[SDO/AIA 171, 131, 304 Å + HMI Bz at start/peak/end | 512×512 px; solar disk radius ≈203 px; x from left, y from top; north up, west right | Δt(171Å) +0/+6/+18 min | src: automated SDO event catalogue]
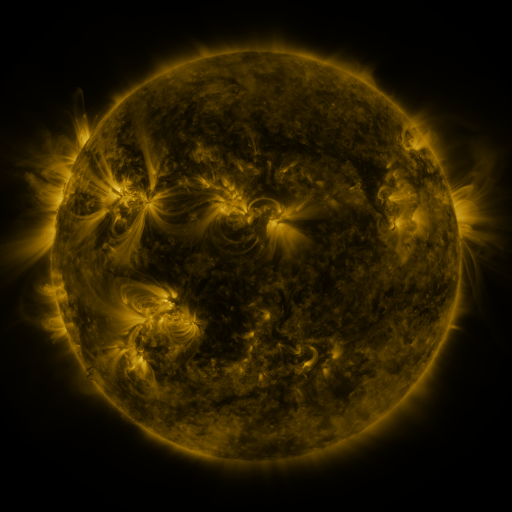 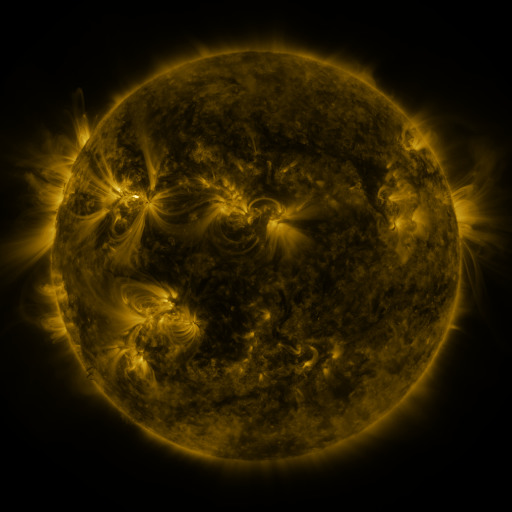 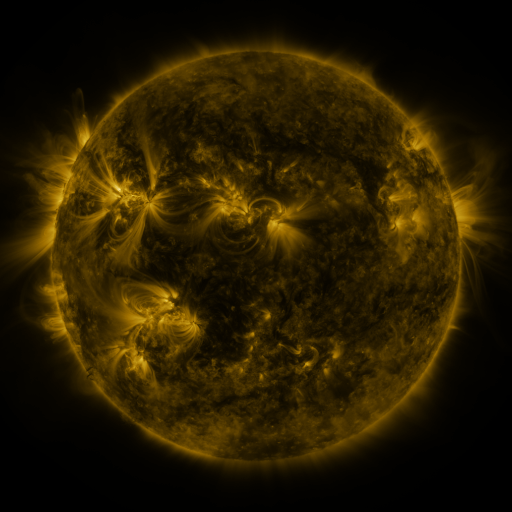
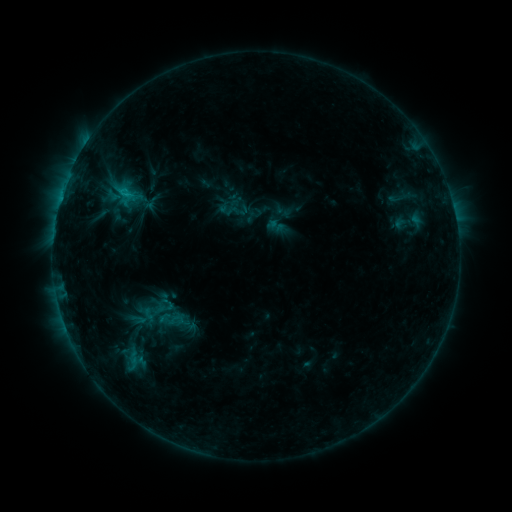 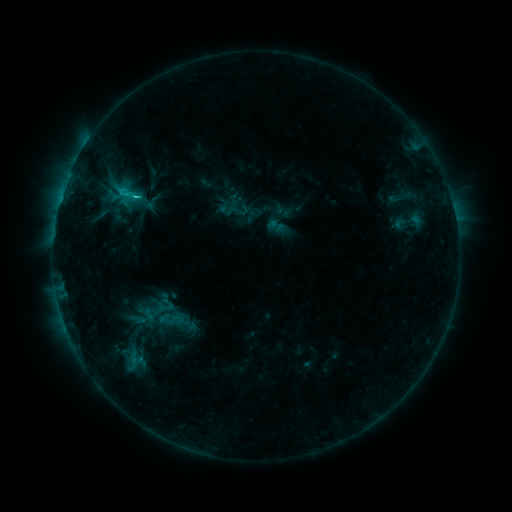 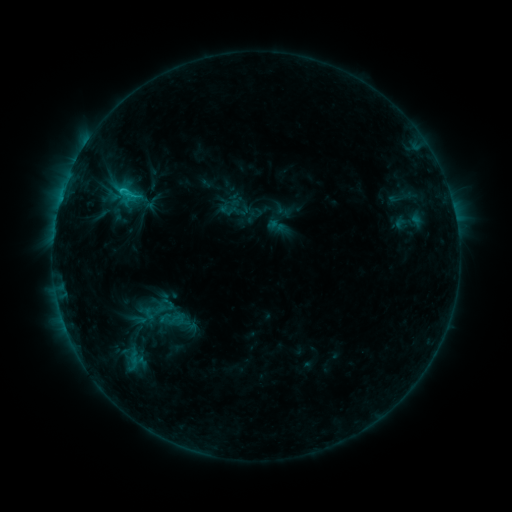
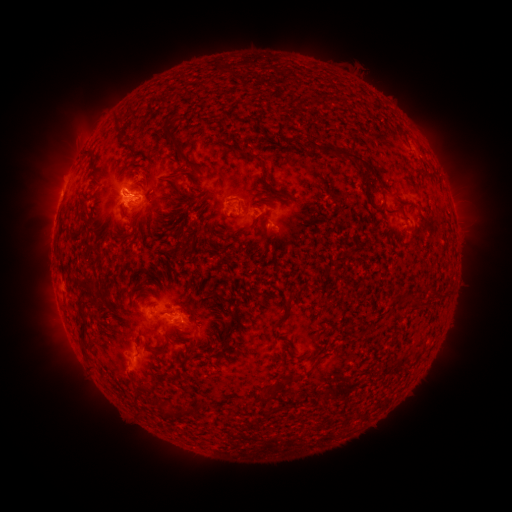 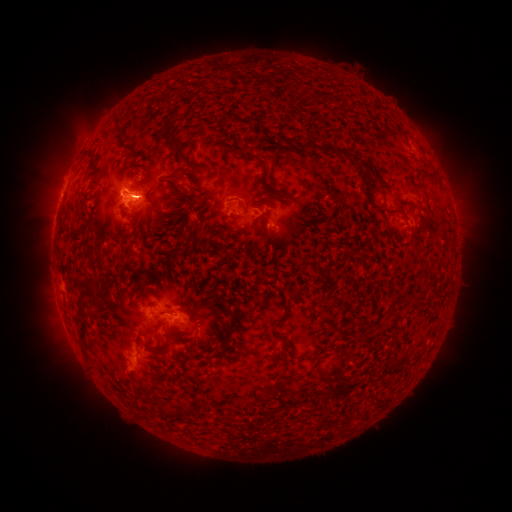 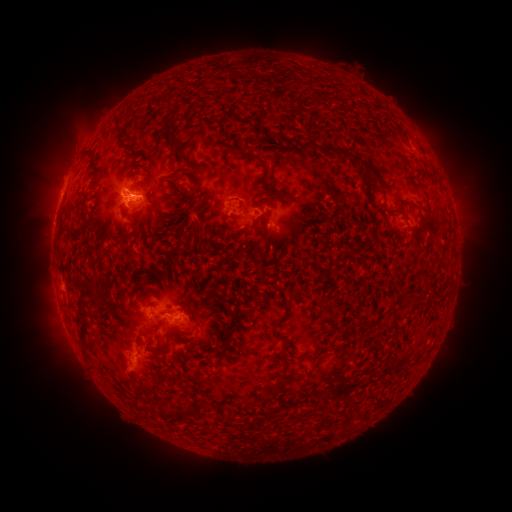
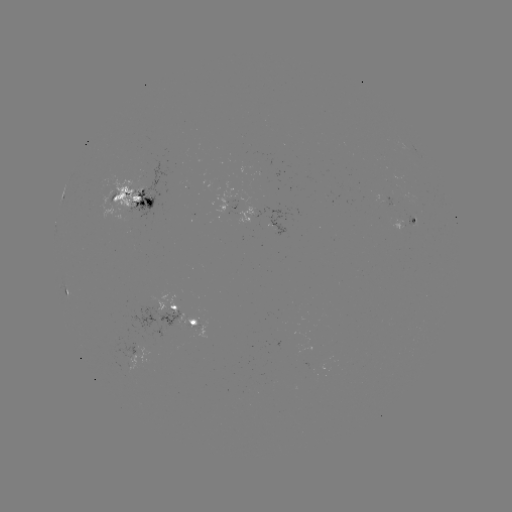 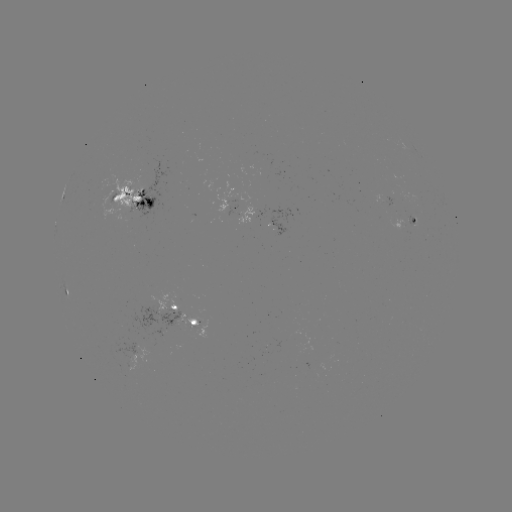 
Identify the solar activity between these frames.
C1.5 flare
